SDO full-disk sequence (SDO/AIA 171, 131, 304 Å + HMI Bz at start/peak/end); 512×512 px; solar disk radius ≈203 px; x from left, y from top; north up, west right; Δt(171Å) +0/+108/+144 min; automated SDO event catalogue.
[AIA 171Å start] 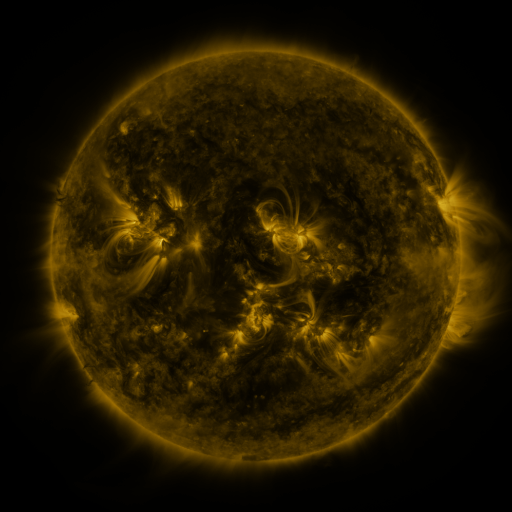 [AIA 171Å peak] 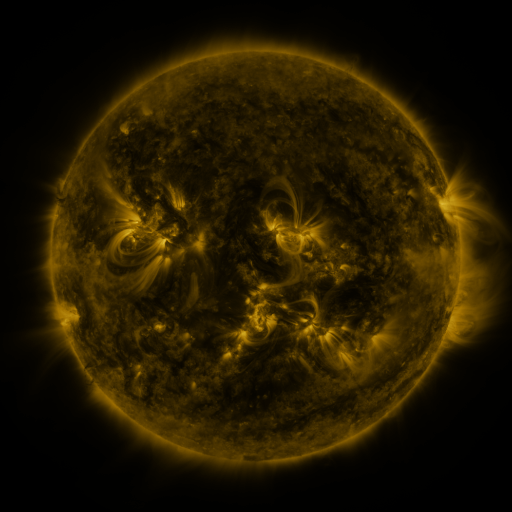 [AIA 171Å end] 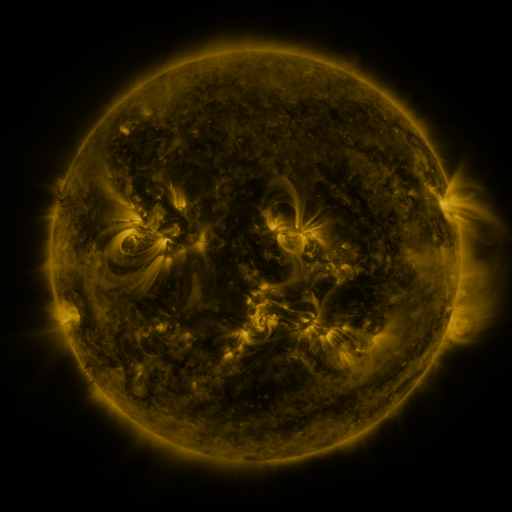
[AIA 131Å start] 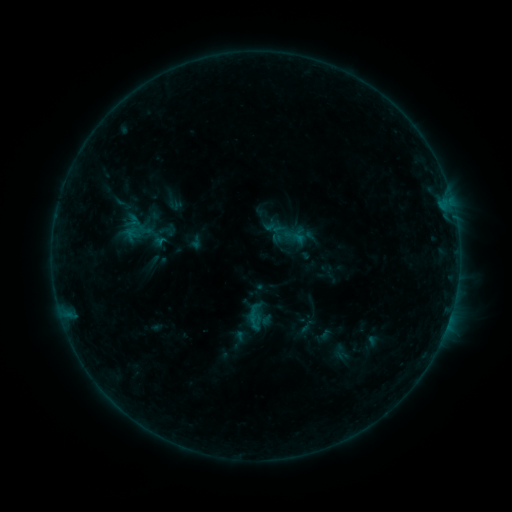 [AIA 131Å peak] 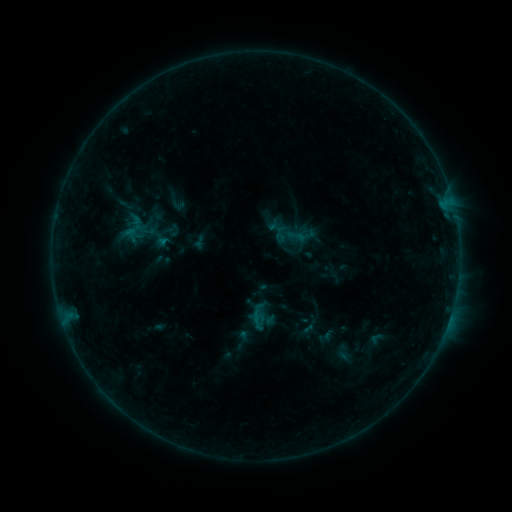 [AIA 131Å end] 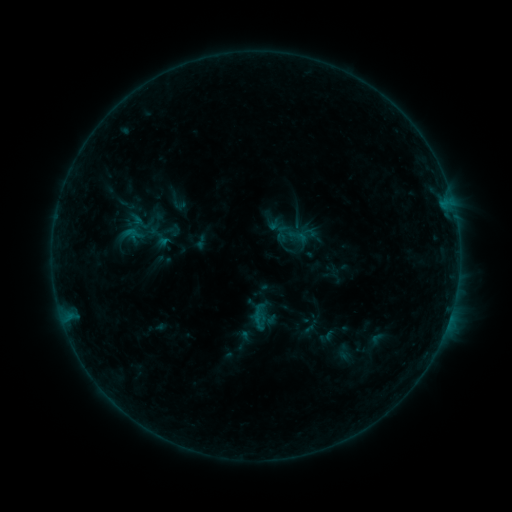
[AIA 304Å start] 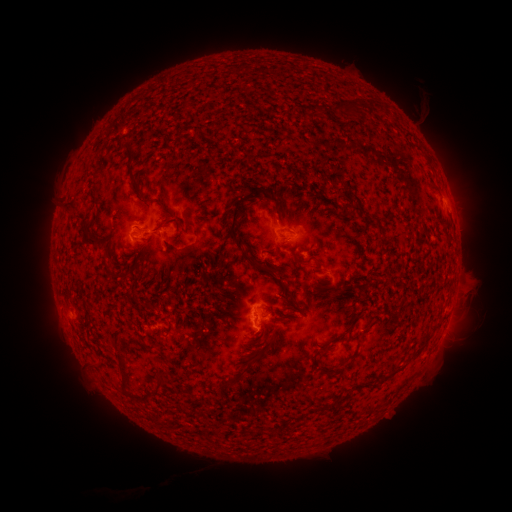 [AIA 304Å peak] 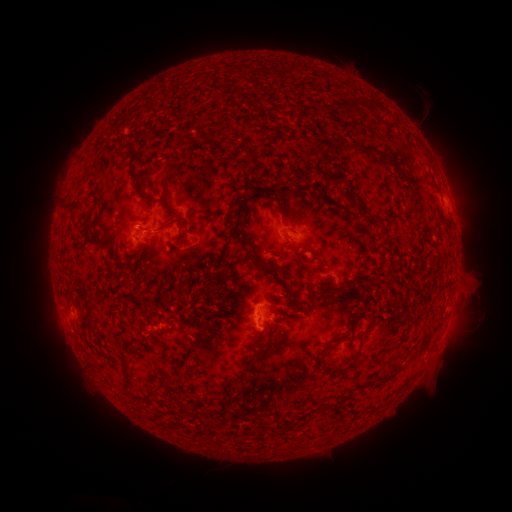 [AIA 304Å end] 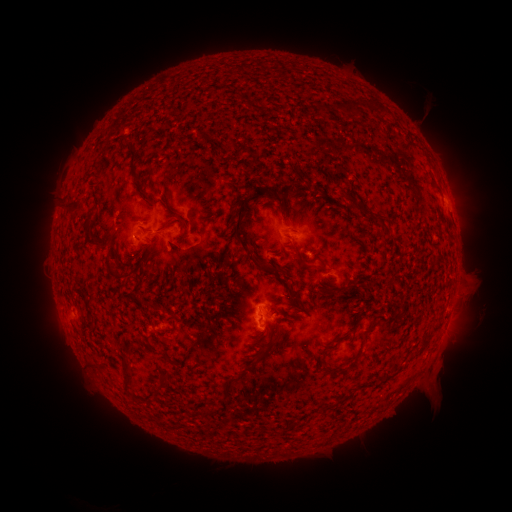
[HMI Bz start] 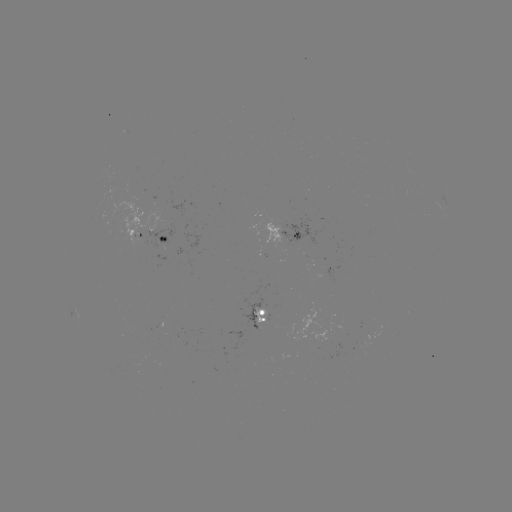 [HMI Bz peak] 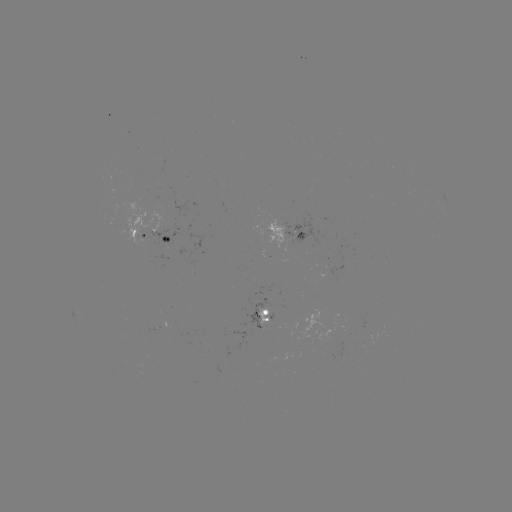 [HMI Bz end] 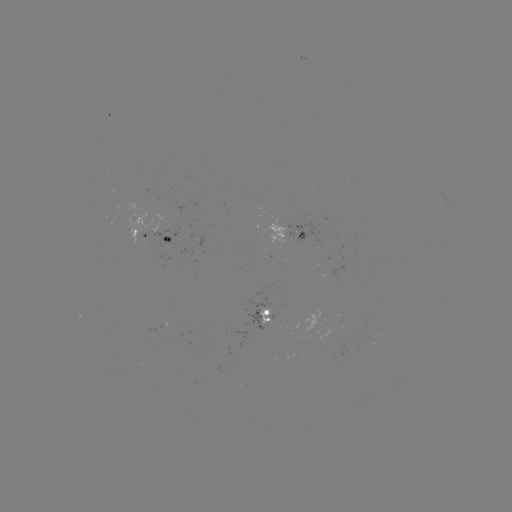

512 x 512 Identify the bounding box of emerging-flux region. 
[282, 214, 320, 245].